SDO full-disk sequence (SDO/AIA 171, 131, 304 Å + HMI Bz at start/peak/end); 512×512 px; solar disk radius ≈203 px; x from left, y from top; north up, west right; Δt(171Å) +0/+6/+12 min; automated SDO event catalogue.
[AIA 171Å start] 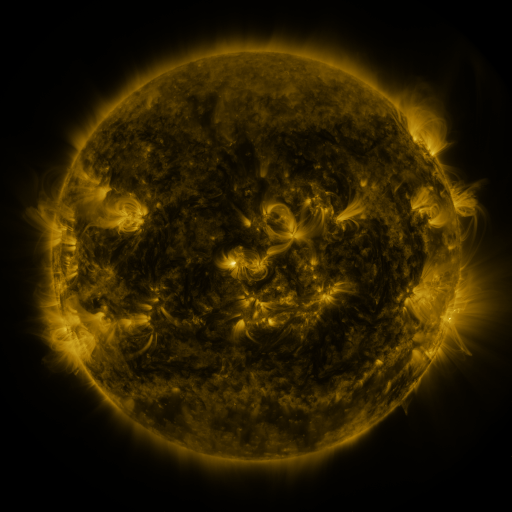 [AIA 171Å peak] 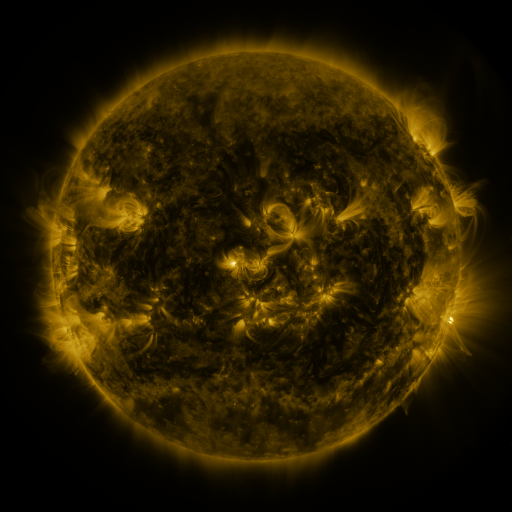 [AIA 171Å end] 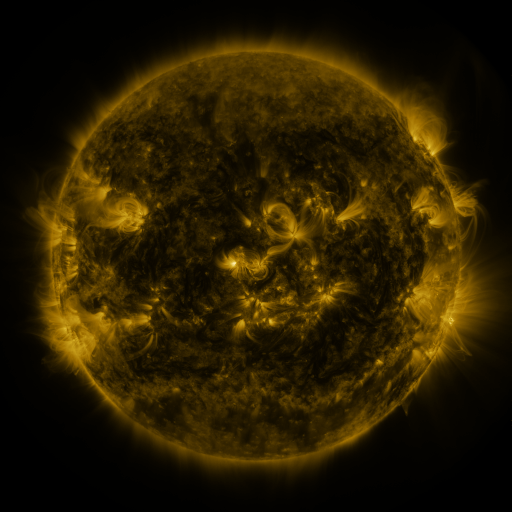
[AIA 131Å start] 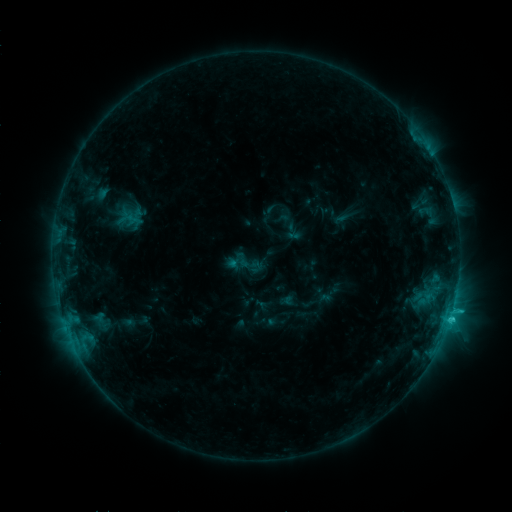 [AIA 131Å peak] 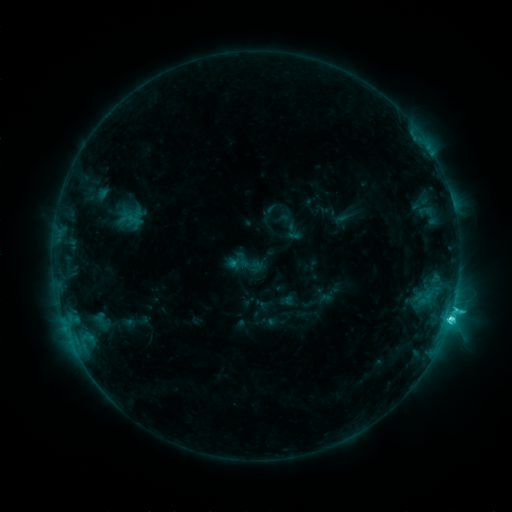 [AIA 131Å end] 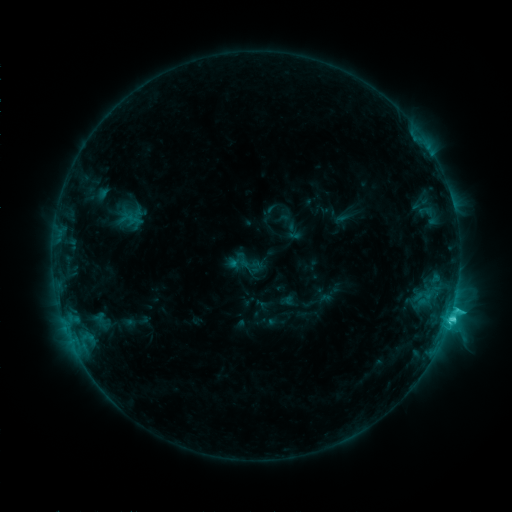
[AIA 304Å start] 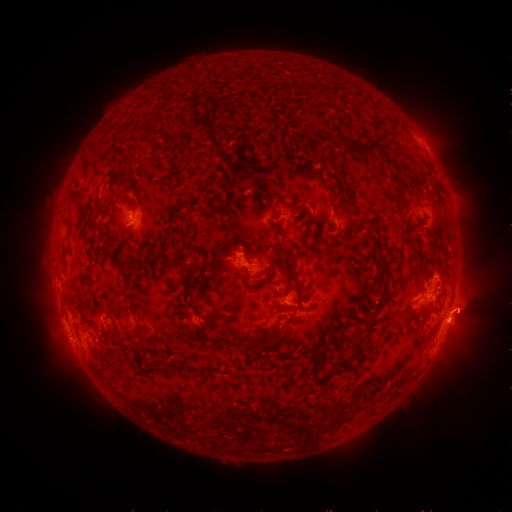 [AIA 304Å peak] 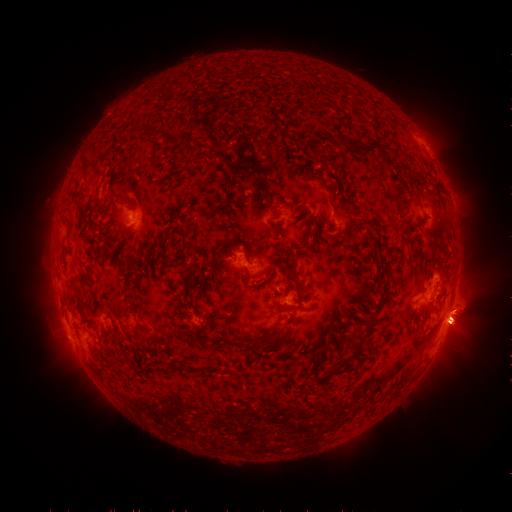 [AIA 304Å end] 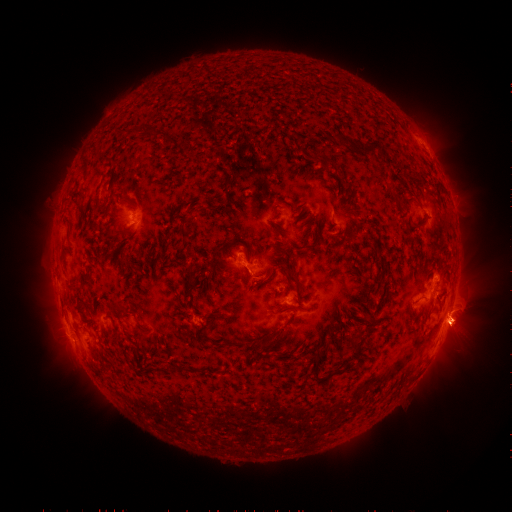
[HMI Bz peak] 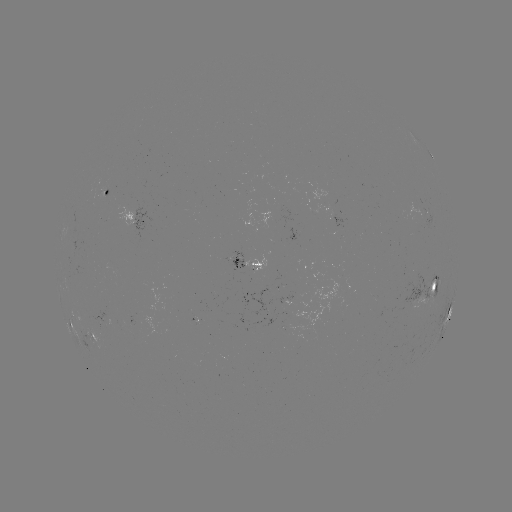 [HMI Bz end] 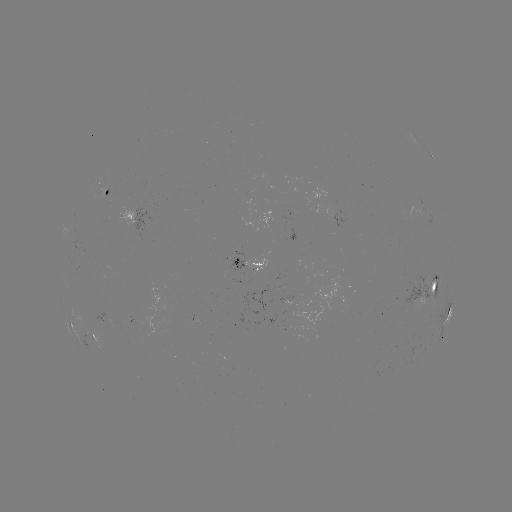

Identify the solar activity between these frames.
C4.9 flare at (450, 315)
